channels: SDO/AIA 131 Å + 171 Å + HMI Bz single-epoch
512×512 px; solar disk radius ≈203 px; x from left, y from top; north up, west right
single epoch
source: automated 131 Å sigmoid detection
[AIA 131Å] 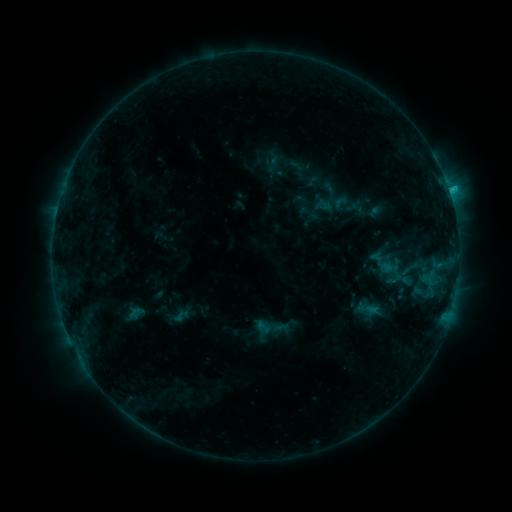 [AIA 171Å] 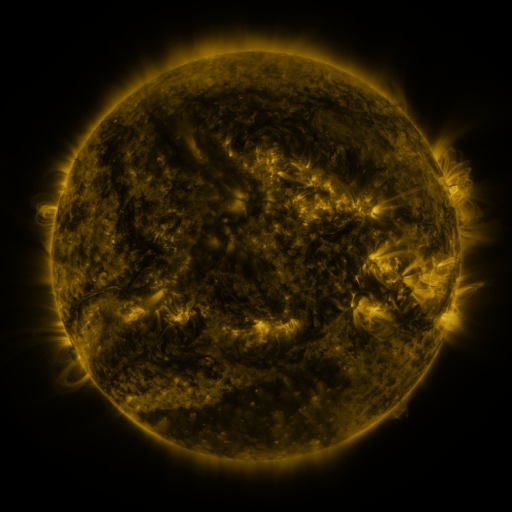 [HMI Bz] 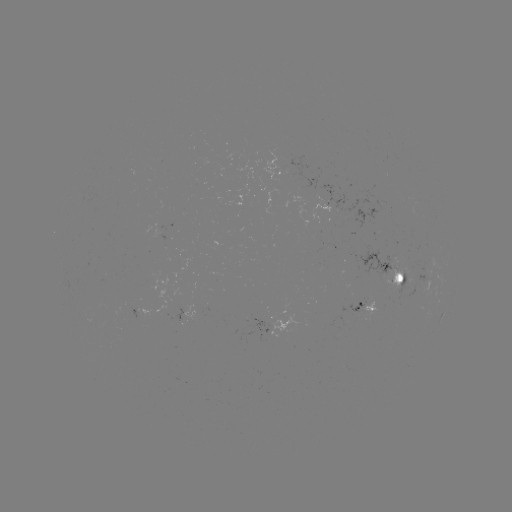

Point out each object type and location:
sigmoid: [252, 310, 288, 345]
